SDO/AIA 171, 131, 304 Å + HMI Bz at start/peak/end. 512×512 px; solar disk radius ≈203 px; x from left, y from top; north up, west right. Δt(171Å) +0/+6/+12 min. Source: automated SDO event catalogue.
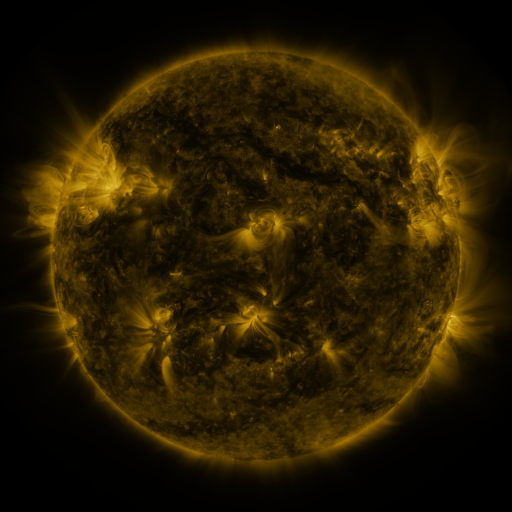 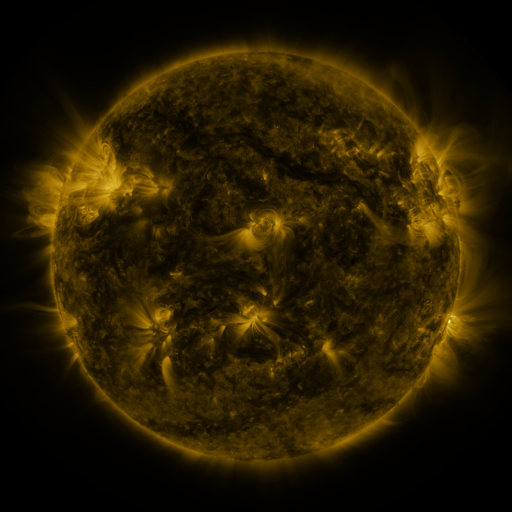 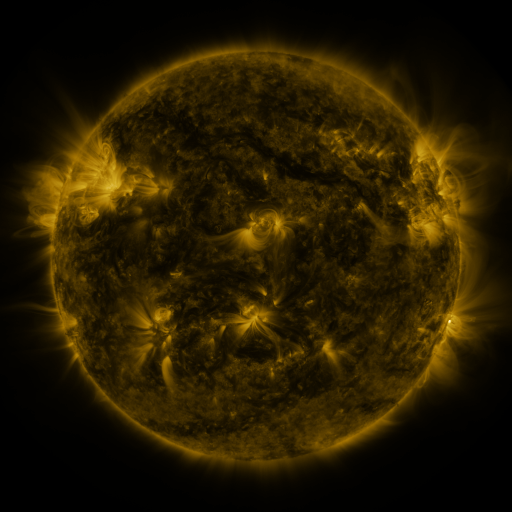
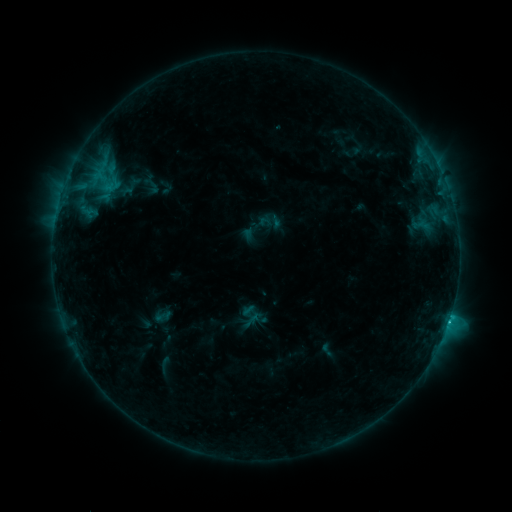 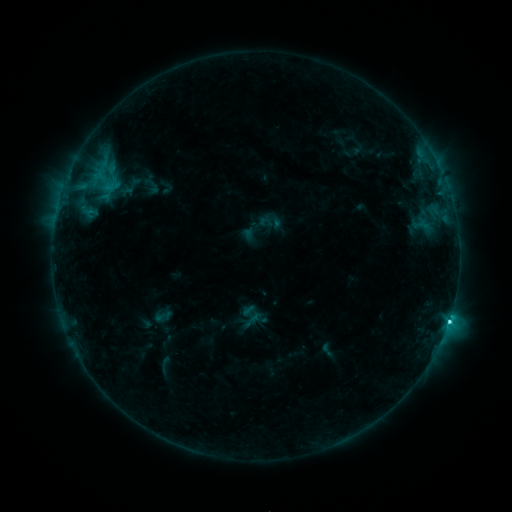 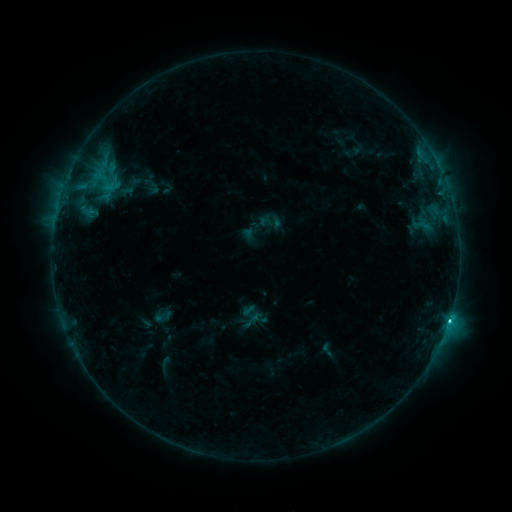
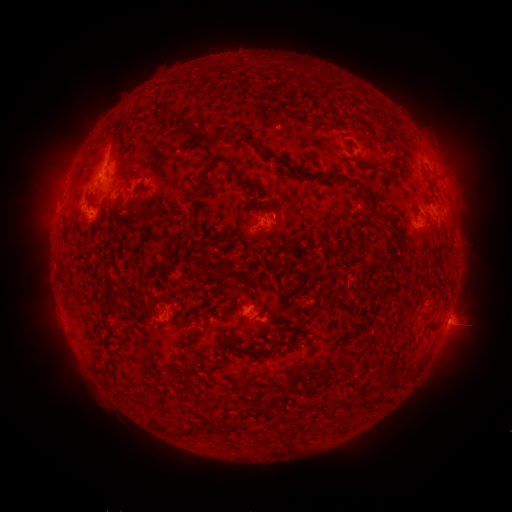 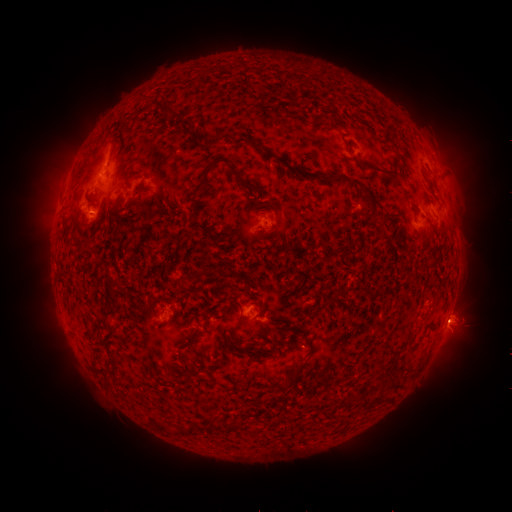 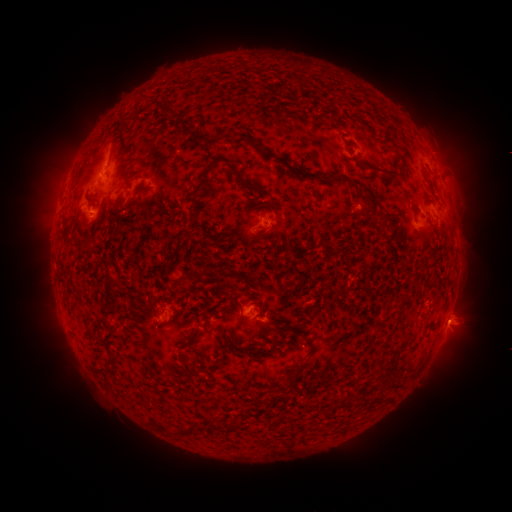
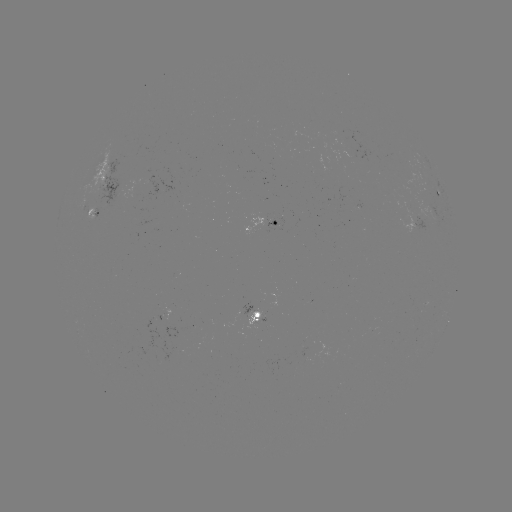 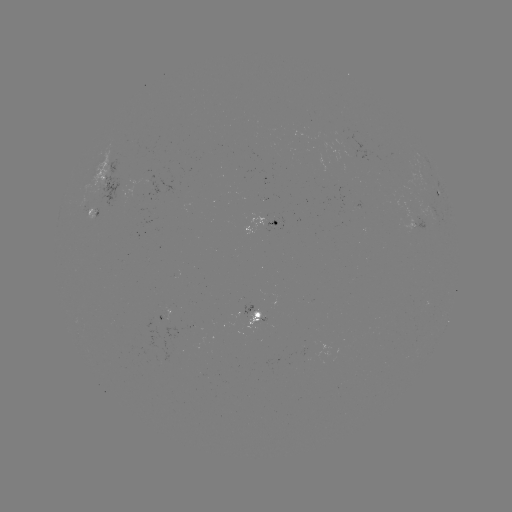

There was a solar flare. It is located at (449, 318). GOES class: C2.9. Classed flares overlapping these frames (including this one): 2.